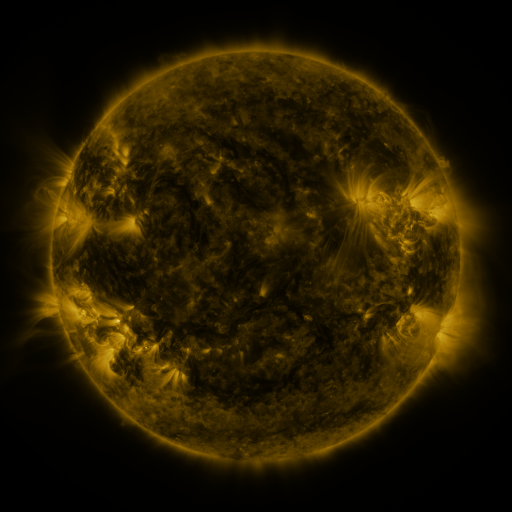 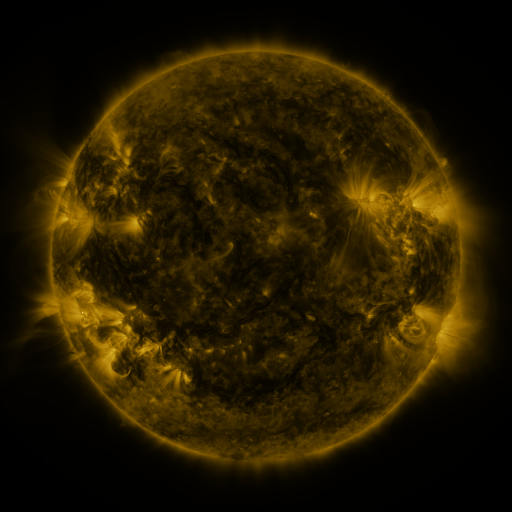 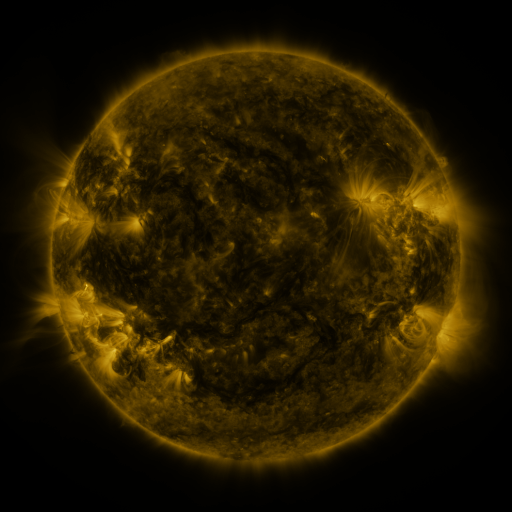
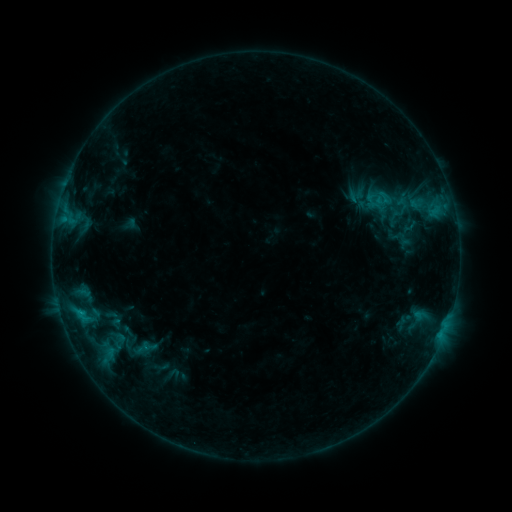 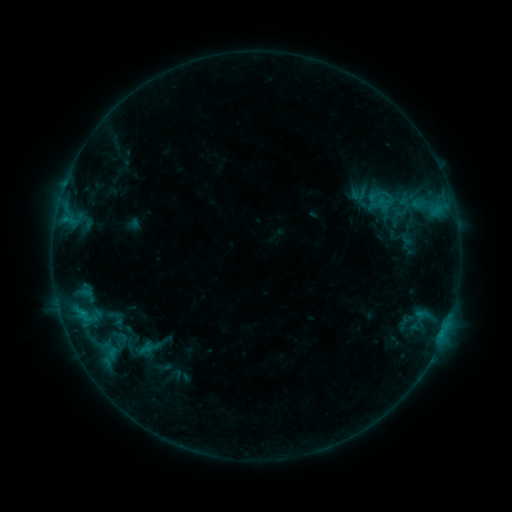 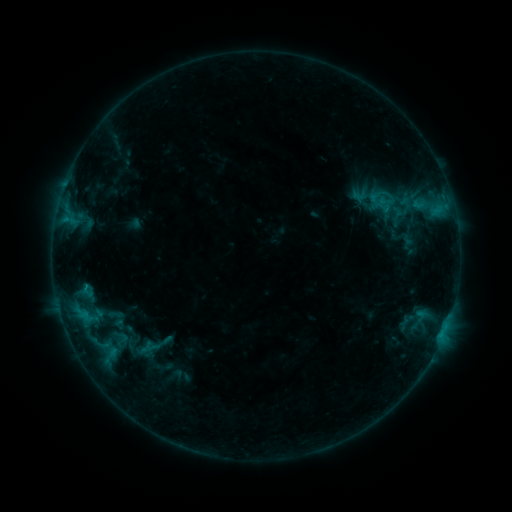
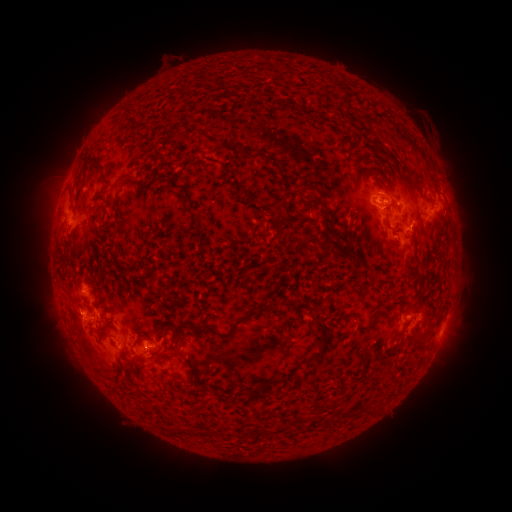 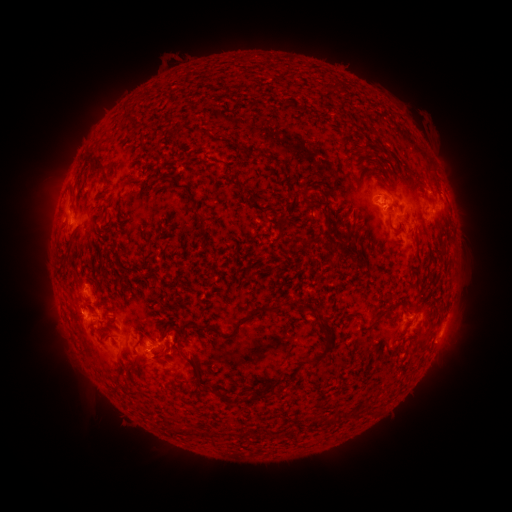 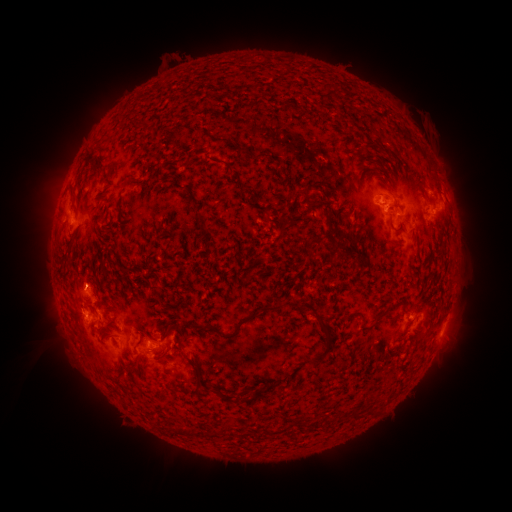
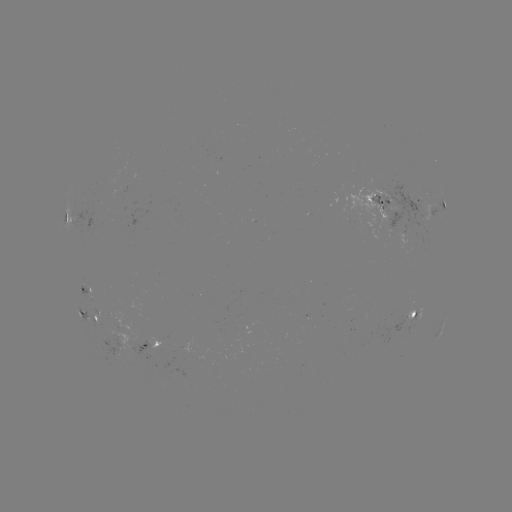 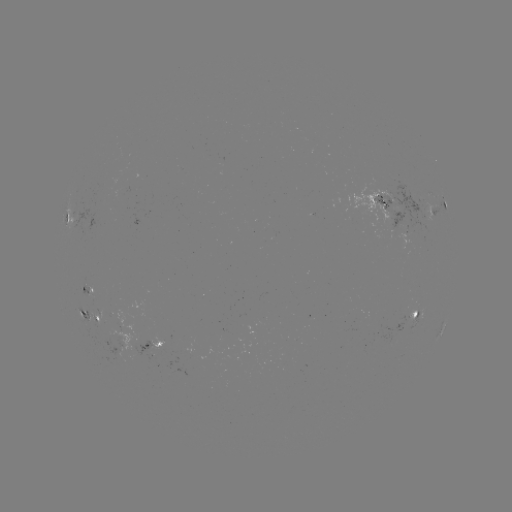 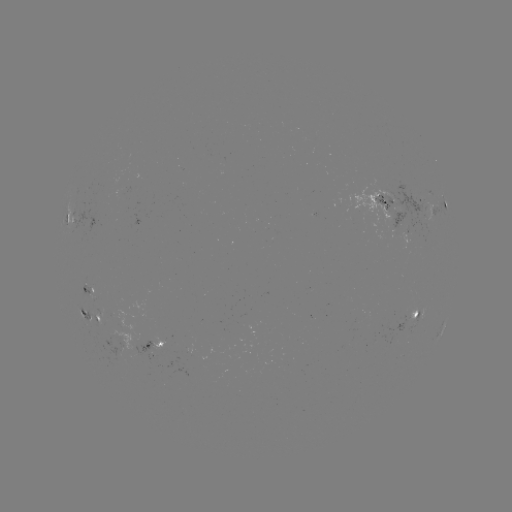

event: emerging-flux region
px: (123, 182)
